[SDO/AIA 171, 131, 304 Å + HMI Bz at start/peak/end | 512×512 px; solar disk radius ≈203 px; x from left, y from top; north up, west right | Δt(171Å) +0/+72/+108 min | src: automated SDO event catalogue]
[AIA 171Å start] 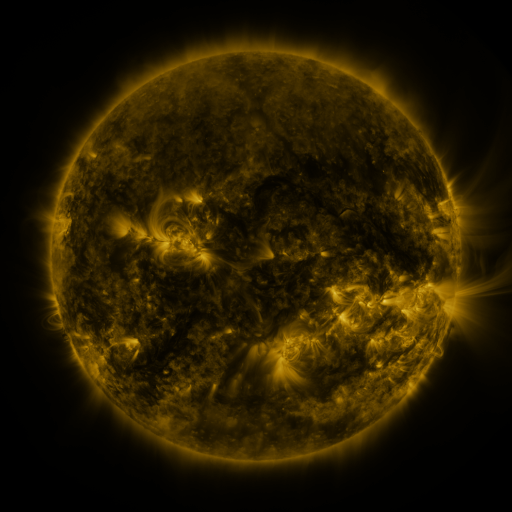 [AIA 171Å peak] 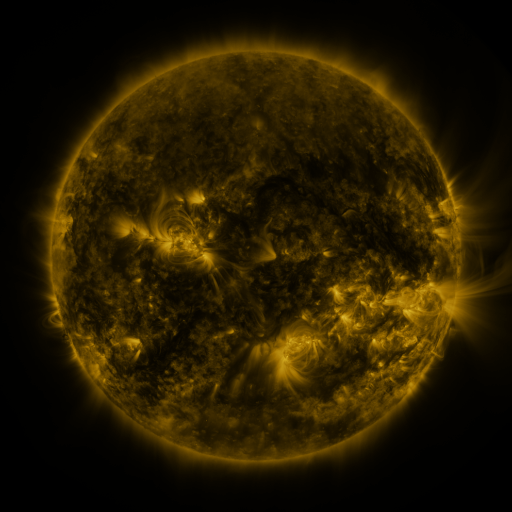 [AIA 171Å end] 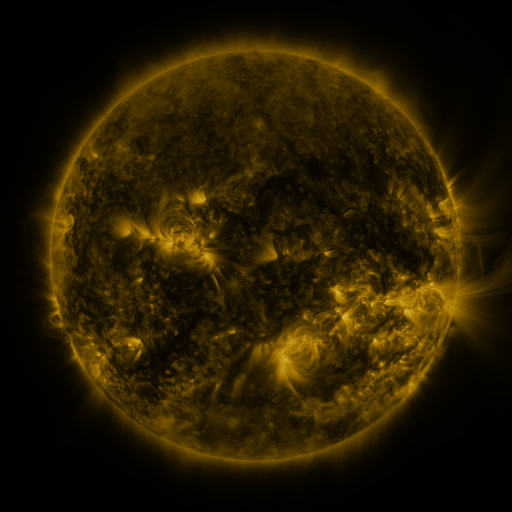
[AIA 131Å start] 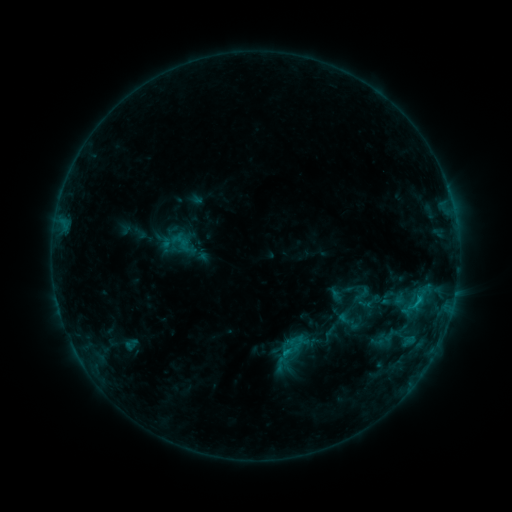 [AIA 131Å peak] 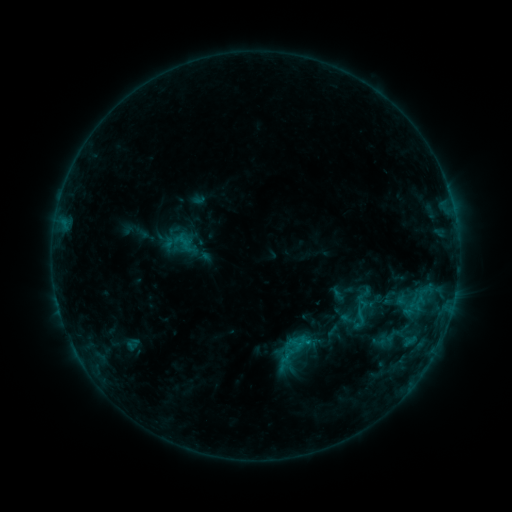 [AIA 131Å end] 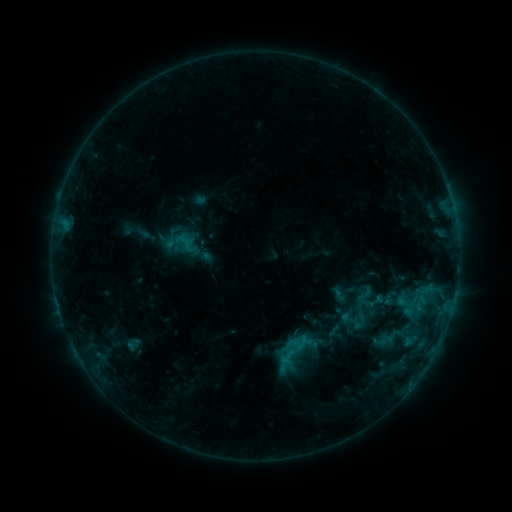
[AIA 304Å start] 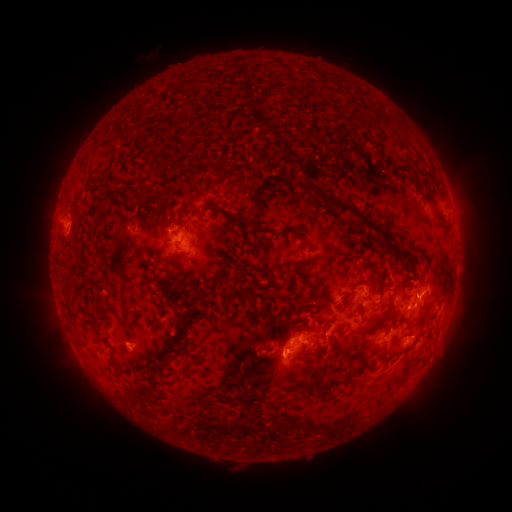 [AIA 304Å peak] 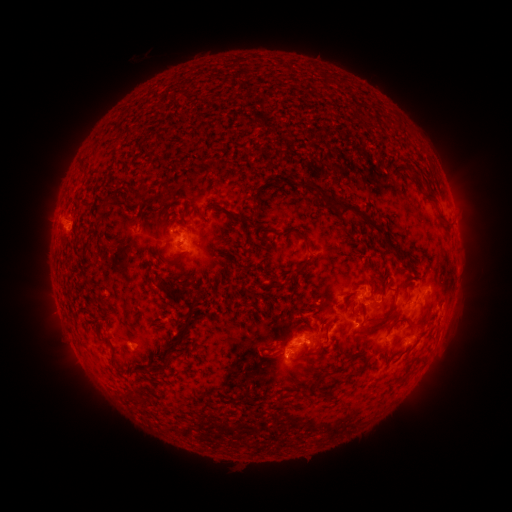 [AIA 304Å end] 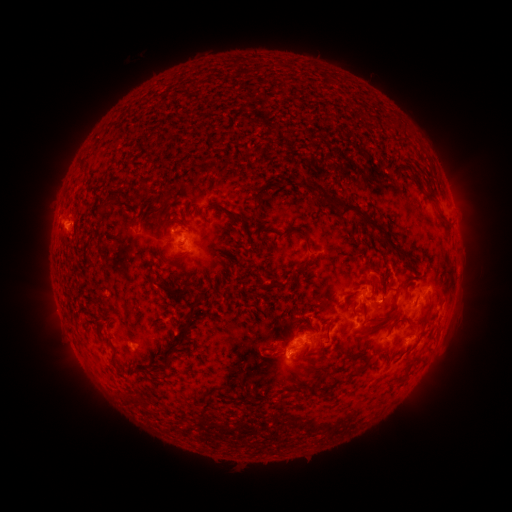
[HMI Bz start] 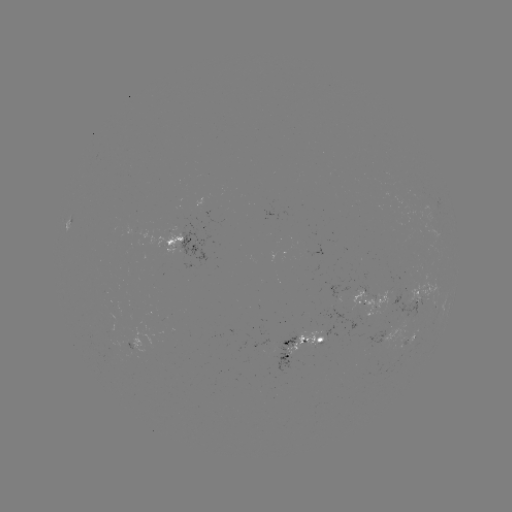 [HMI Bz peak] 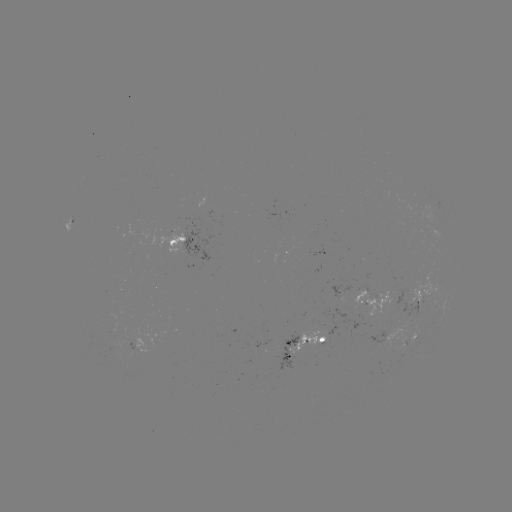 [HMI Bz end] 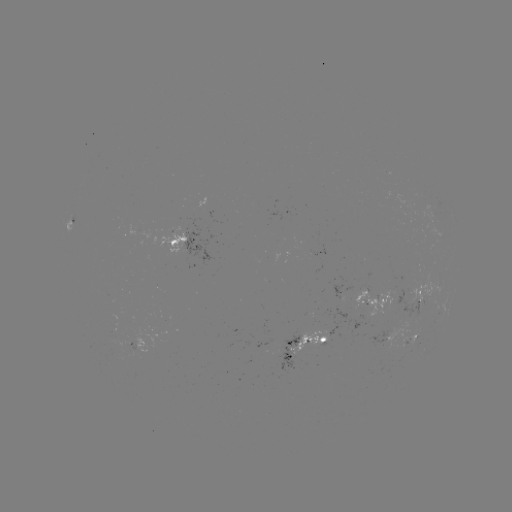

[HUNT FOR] emerging-flux region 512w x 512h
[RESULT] (365, 294)